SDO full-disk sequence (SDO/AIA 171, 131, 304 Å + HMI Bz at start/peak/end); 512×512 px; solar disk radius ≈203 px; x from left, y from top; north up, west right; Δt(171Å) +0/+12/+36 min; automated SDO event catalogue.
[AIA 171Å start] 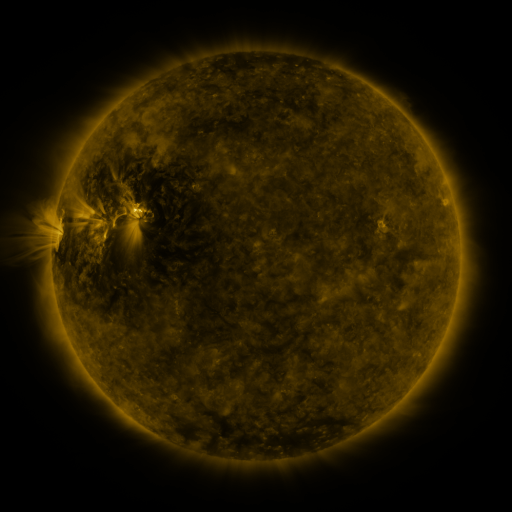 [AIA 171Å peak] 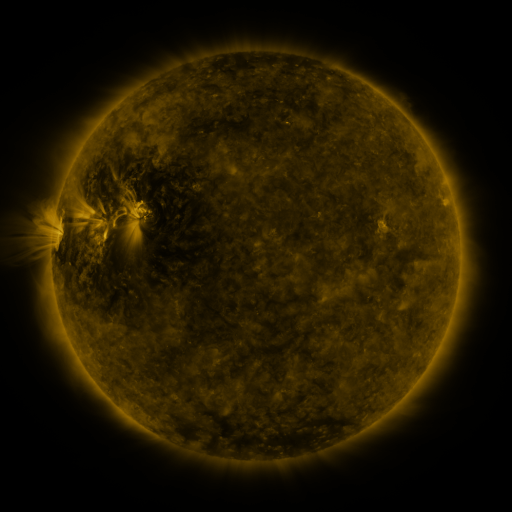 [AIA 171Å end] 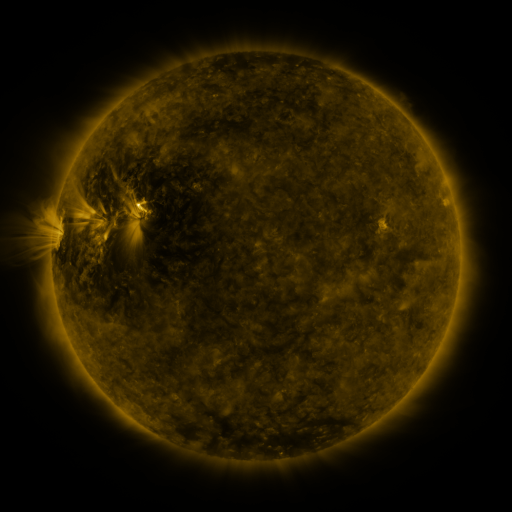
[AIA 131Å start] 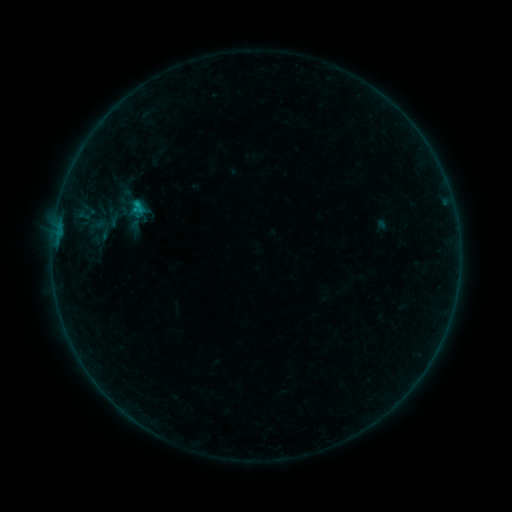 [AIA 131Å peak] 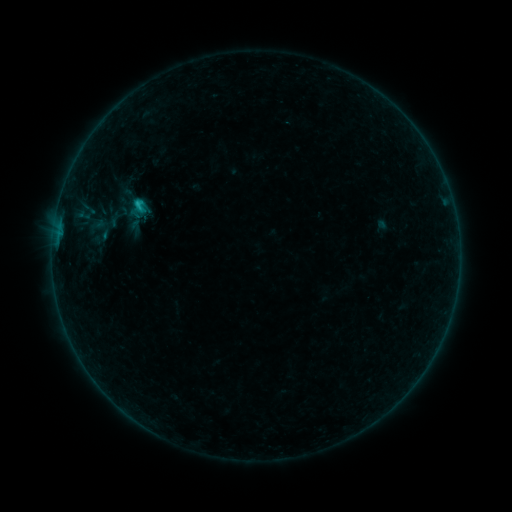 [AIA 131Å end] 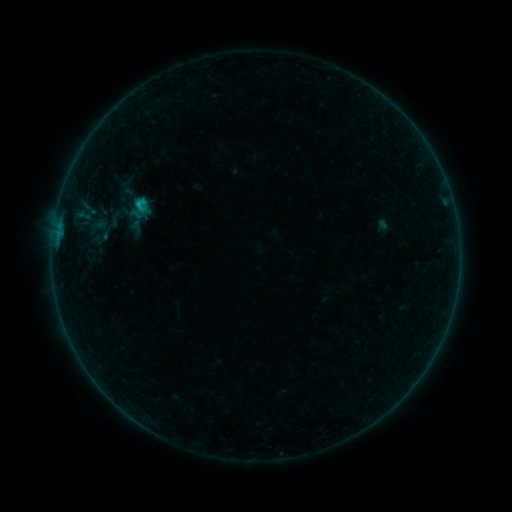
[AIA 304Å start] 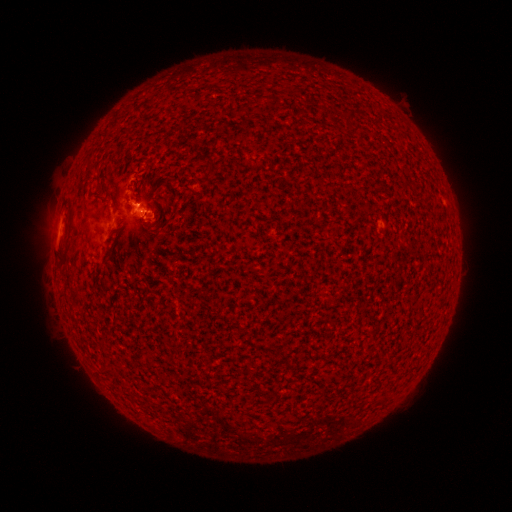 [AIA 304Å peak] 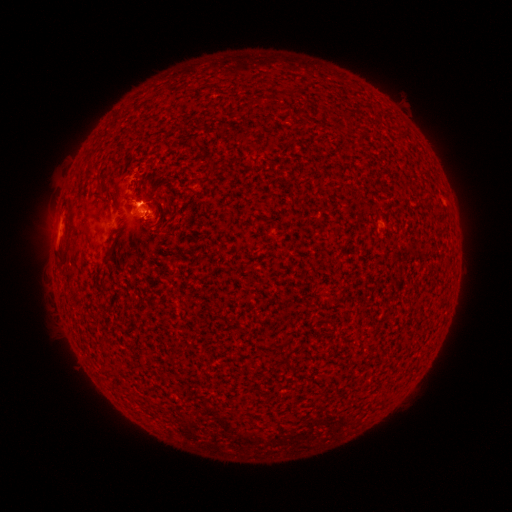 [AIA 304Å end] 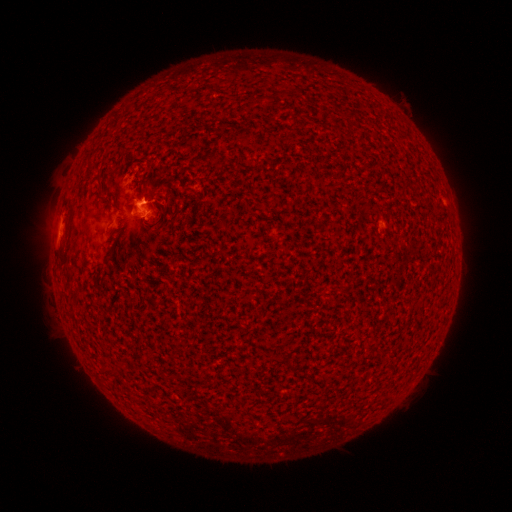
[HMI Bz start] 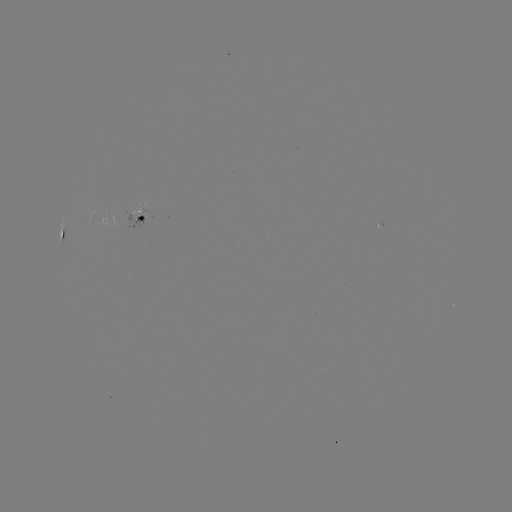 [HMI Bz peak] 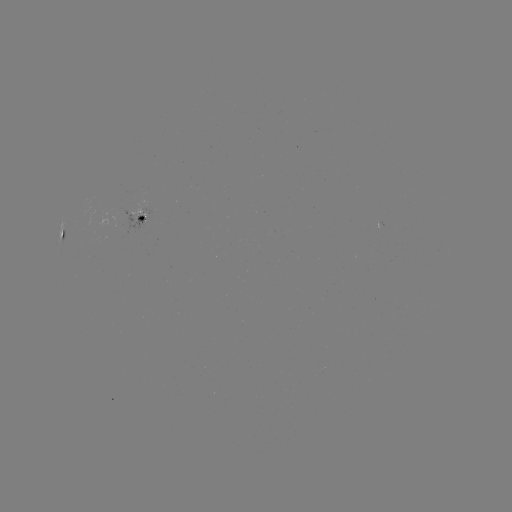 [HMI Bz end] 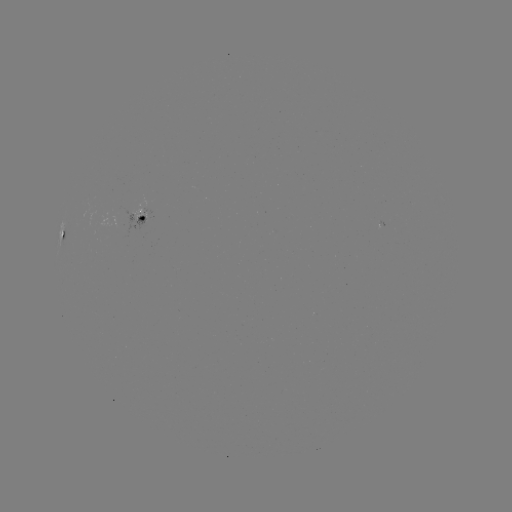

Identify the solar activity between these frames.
B8.2 flare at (138, 203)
